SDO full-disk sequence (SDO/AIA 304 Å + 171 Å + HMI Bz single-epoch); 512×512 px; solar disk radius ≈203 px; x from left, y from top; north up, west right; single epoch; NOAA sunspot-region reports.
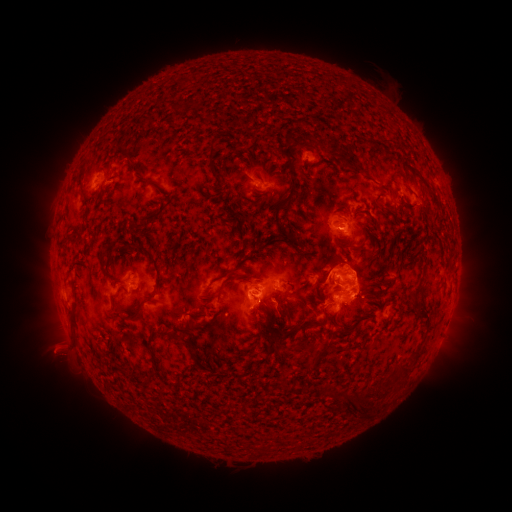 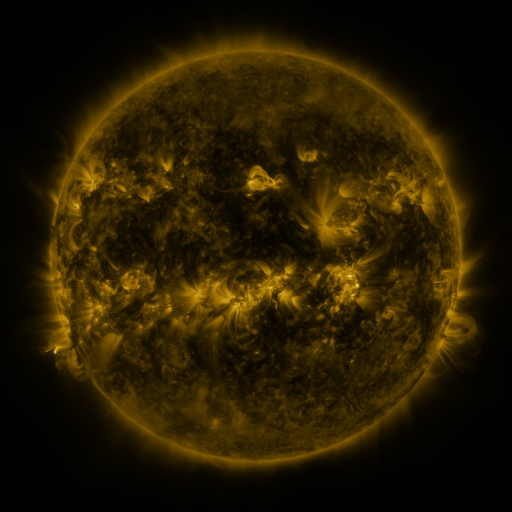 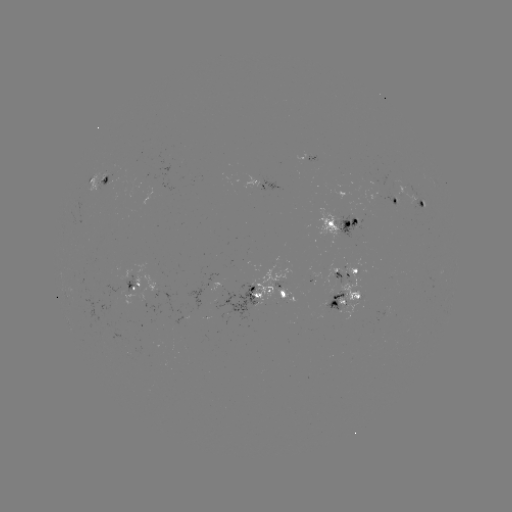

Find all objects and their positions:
spotted active region: (310, 153)
spotted active region: (262, 181)
spotted active region: (99, 182)
spotted active region: (396, 197)
spotted active region: (422, 200)
spotted active region: (345, 221)
spotted active region: (347, 270)
spotted active region: (314, 276)
spotted active region: (136, 286)
spotted active region: (269, 286)
spotted active region: (348, 292)
spotted active region: (387, 308)
